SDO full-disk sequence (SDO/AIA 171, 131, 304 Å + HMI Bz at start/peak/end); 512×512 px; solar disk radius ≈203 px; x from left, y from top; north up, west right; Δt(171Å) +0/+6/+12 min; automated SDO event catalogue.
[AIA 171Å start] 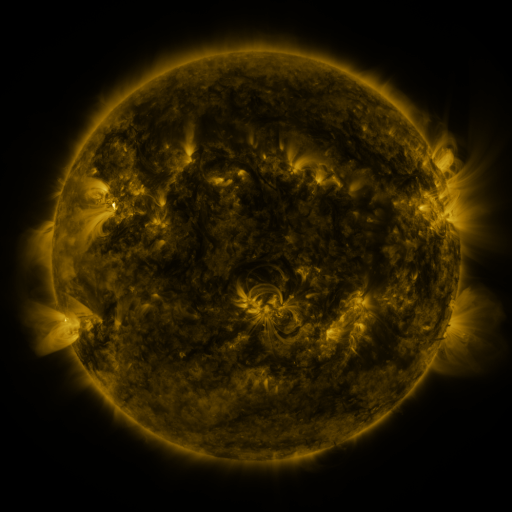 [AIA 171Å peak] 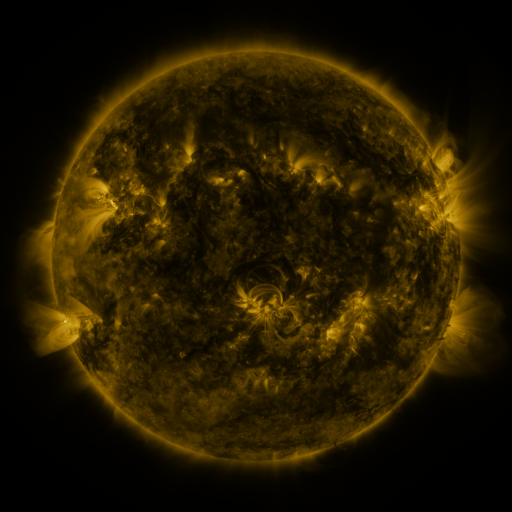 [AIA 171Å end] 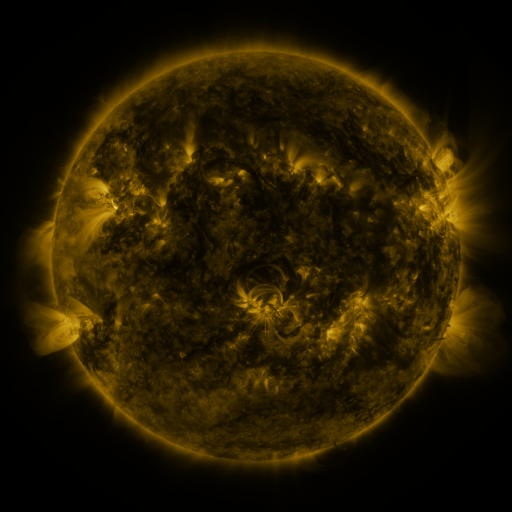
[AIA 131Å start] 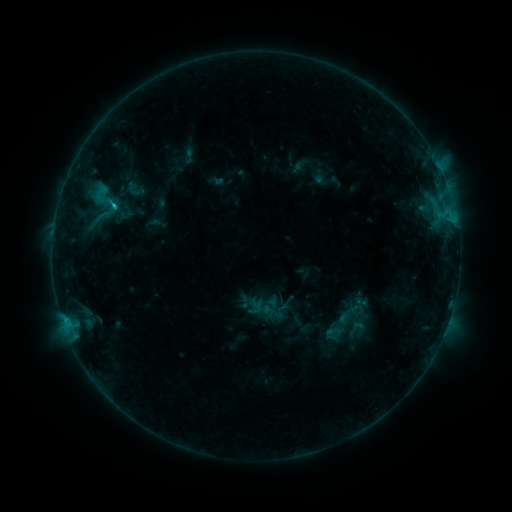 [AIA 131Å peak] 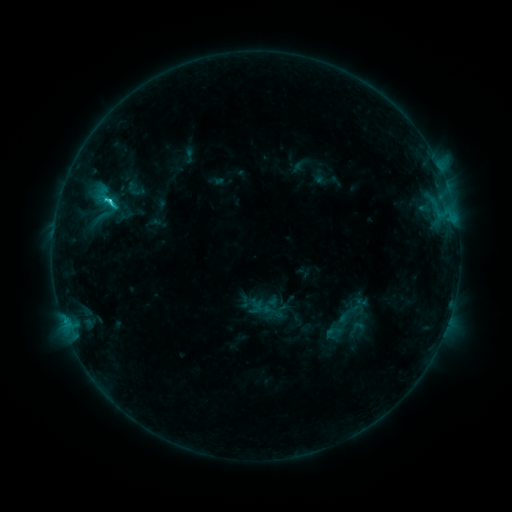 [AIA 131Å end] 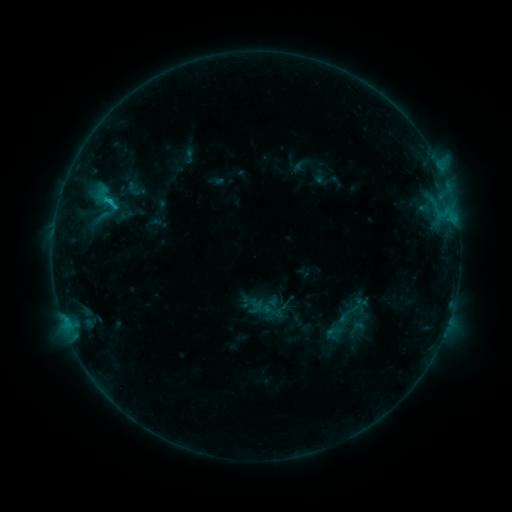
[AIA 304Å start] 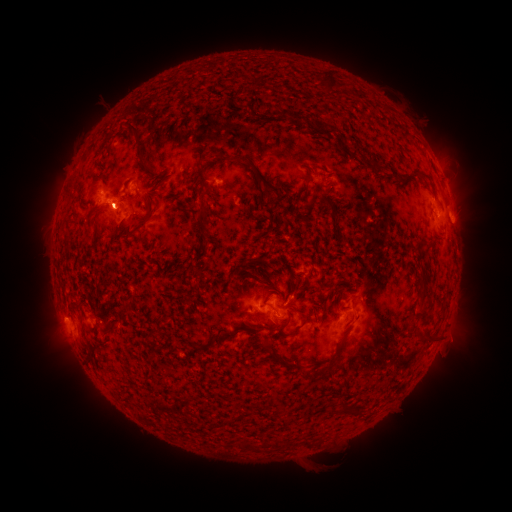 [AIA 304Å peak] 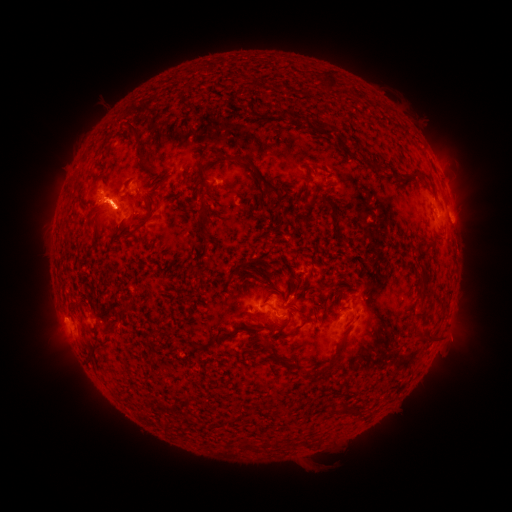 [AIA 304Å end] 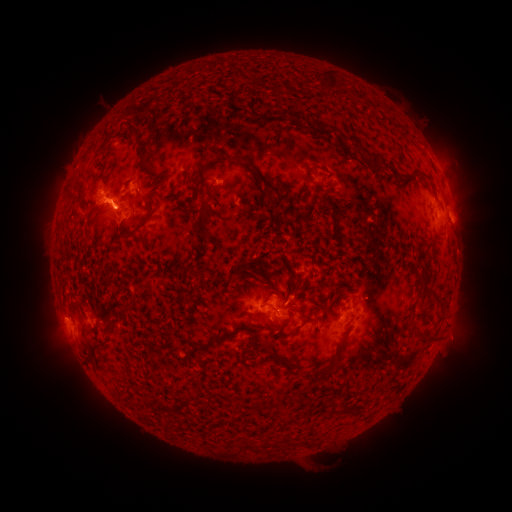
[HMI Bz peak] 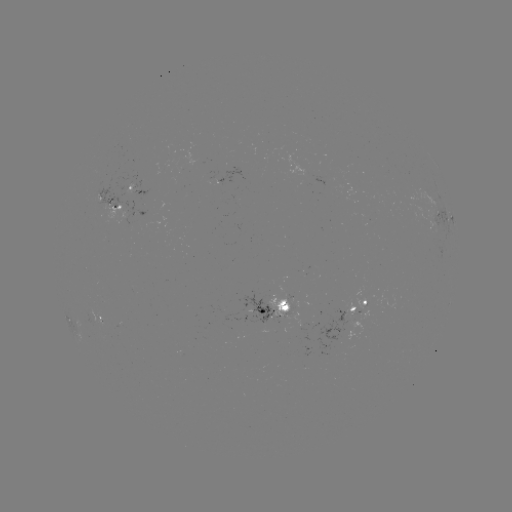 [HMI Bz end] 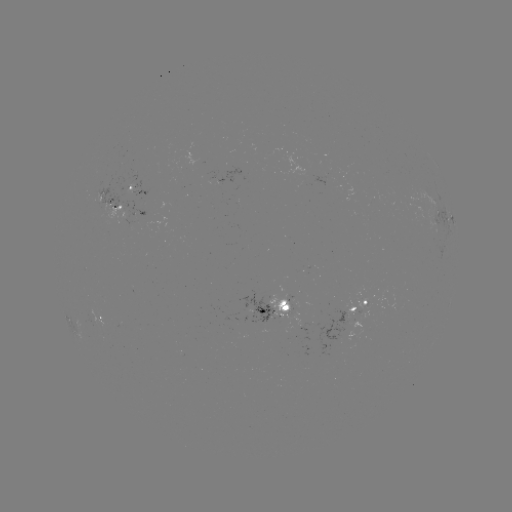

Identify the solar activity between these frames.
eruption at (62, 338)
